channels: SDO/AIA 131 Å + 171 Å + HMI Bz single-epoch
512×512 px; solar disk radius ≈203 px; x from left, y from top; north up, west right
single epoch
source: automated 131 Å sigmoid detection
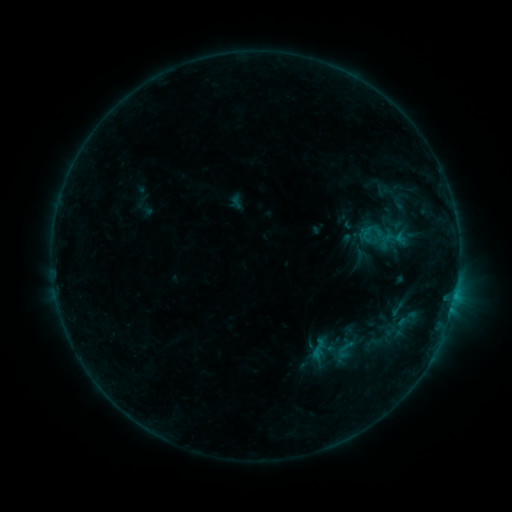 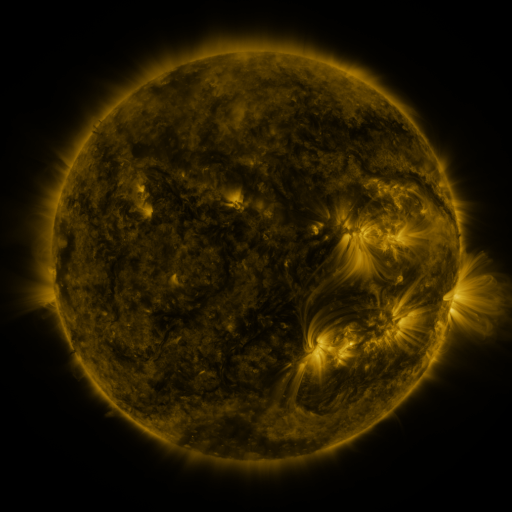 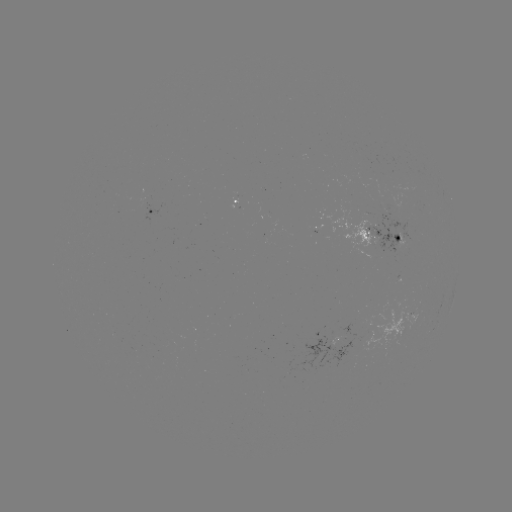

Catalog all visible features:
sigmoid: (385, 194, 411, 212)
sigmoid: (334, 338, 356, 361)
